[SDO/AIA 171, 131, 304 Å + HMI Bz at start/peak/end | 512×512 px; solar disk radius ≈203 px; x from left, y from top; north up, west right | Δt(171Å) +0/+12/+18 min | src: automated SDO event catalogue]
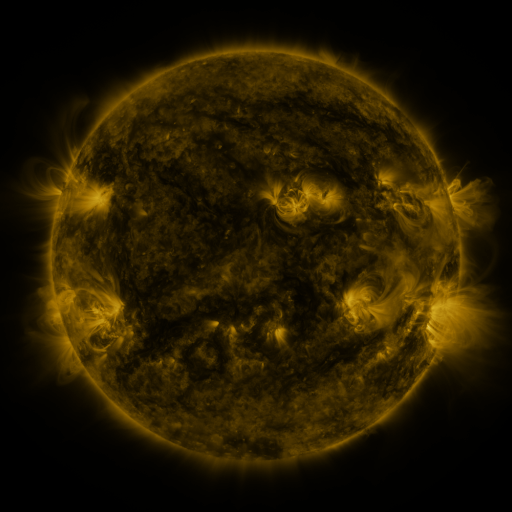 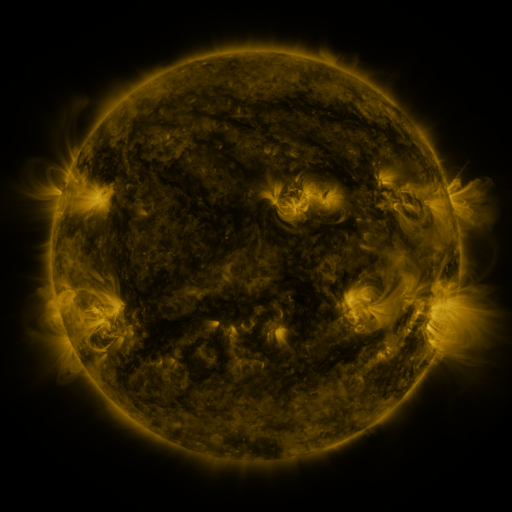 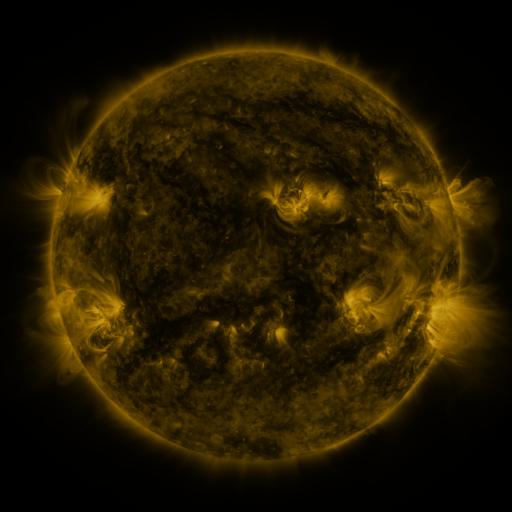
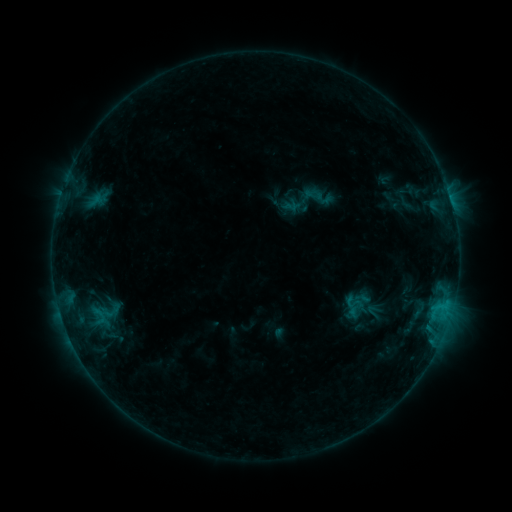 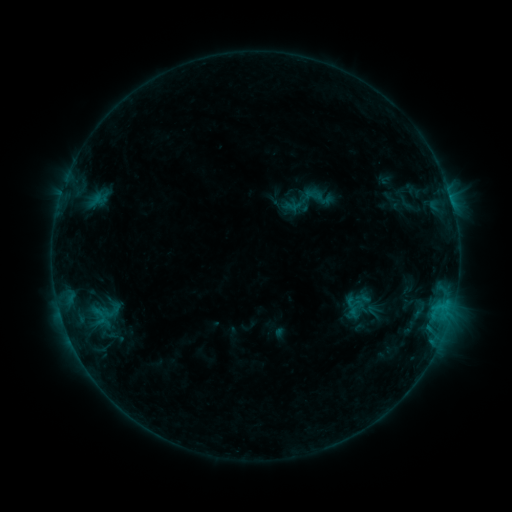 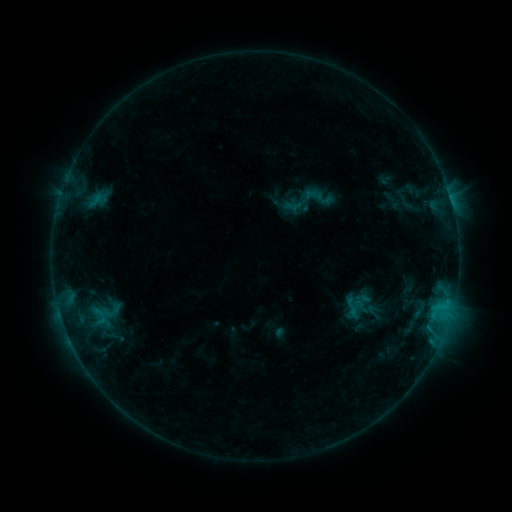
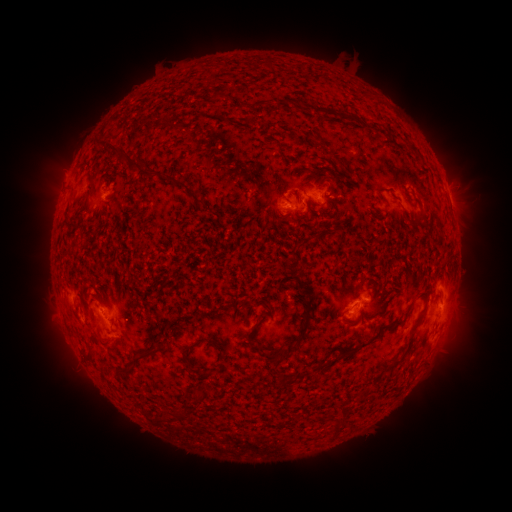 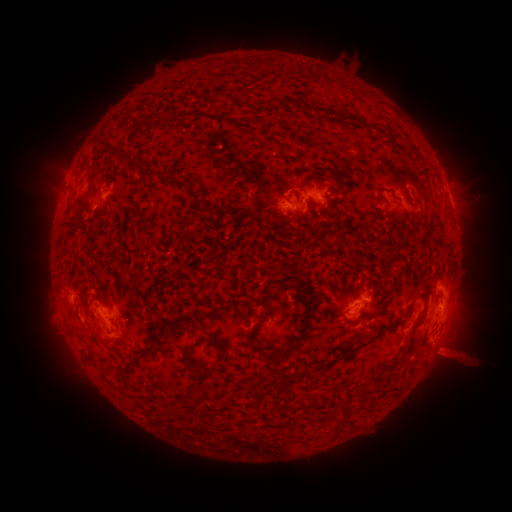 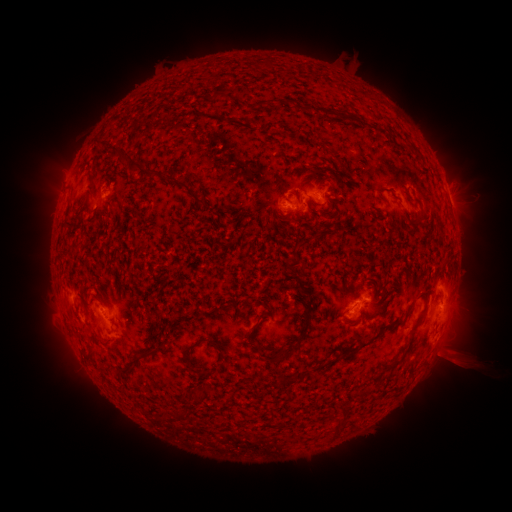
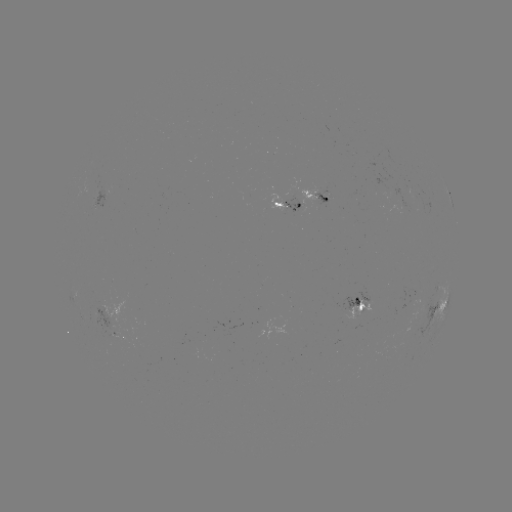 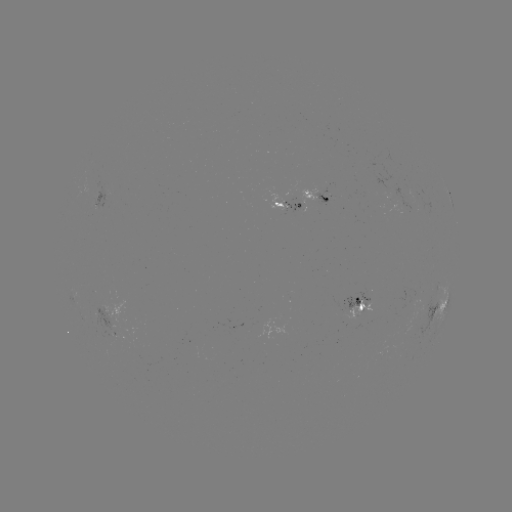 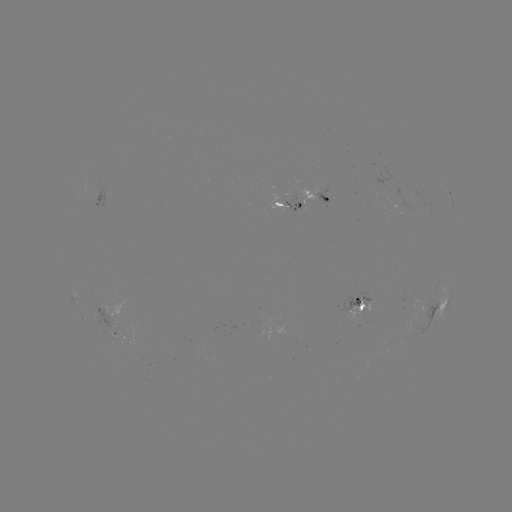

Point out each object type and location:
eruption: (455, 357)
